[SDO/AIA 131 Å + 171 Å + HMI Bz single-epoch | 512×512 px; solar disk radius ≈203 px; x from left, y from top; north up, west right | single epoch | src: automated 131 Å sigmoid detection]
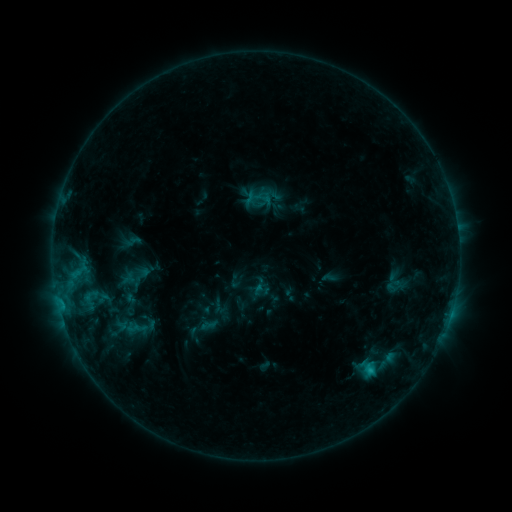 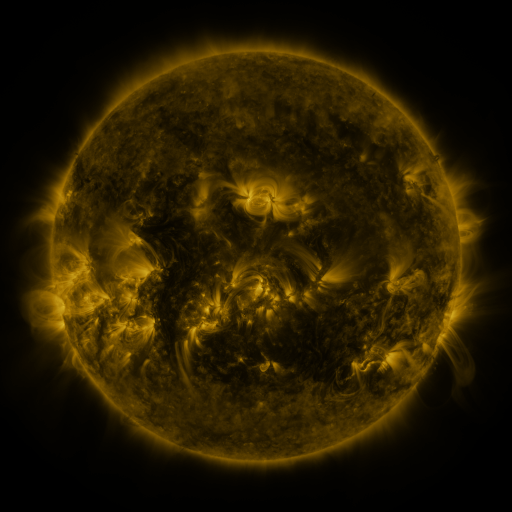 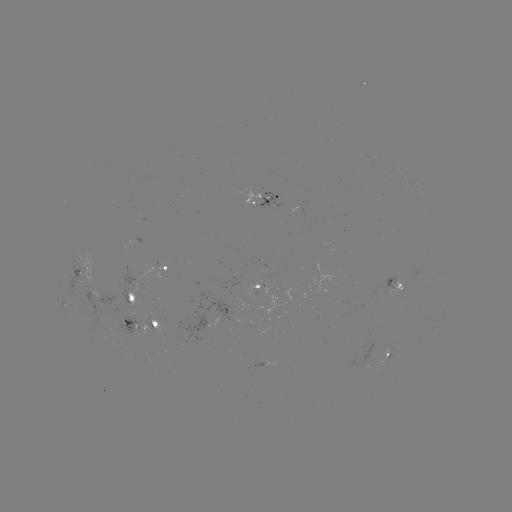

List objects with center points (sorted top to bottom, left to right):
sigmoid: [131, 265, 153, 283]
